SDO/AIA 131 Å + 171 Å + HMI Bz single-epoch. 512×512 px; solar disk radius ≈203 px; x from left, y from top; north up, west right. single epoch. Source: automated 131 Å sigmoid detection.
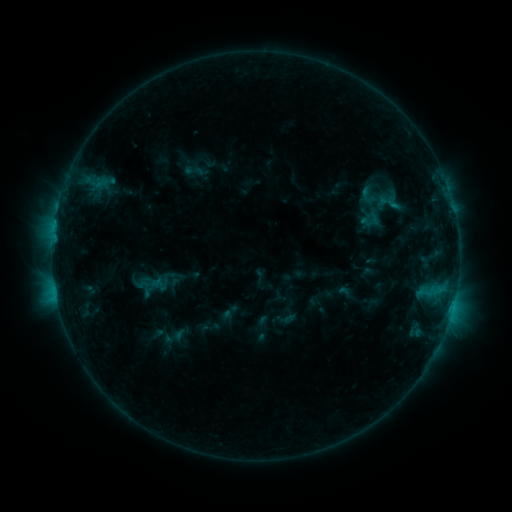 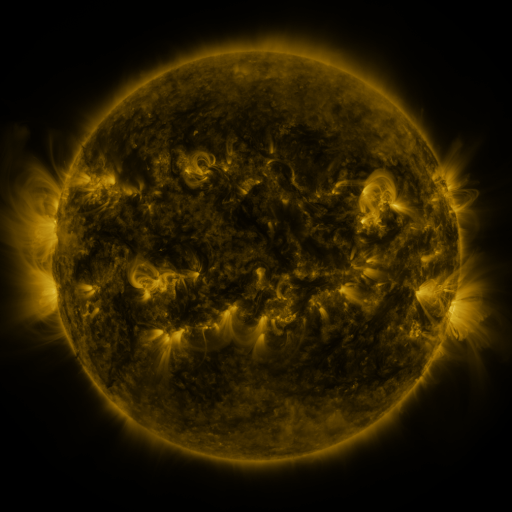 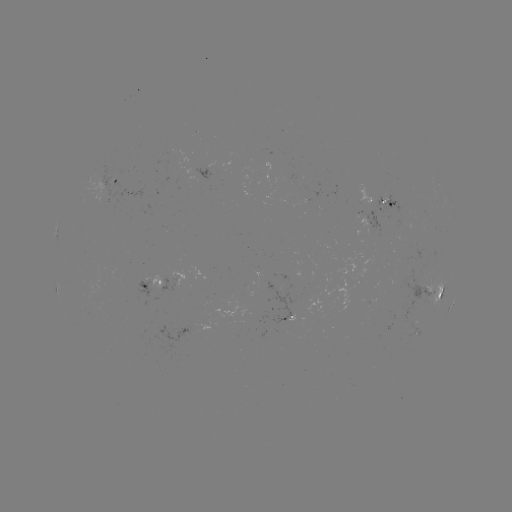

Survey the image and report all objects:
sigmoid: (380, 197)
